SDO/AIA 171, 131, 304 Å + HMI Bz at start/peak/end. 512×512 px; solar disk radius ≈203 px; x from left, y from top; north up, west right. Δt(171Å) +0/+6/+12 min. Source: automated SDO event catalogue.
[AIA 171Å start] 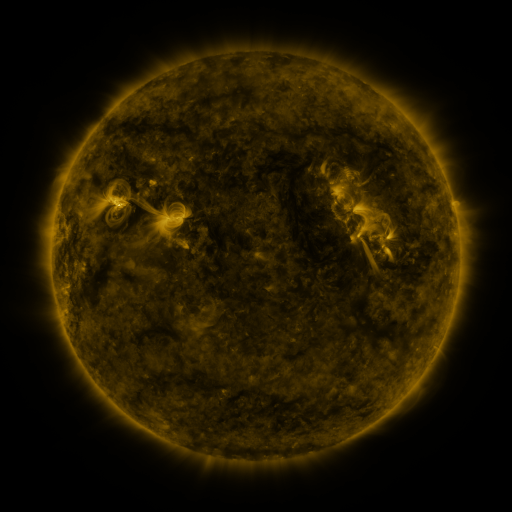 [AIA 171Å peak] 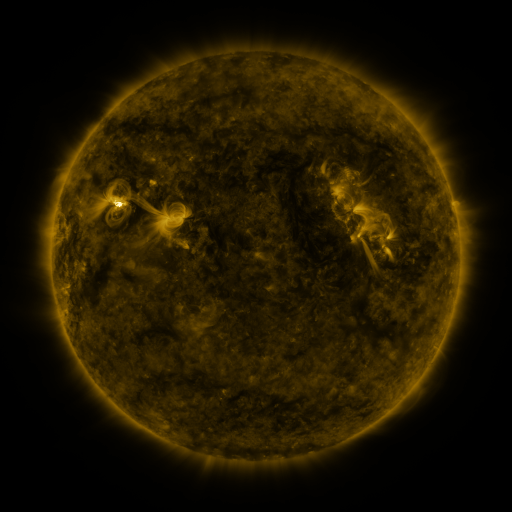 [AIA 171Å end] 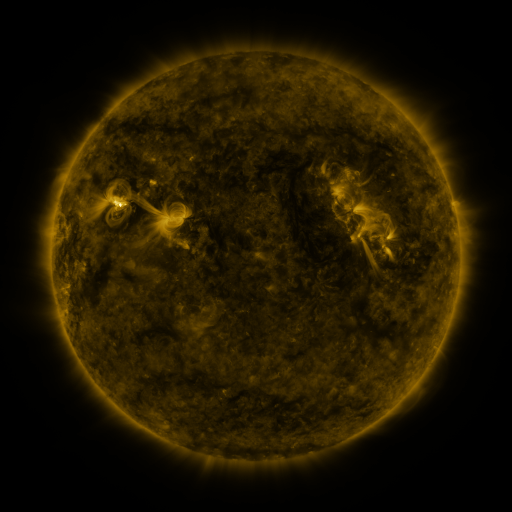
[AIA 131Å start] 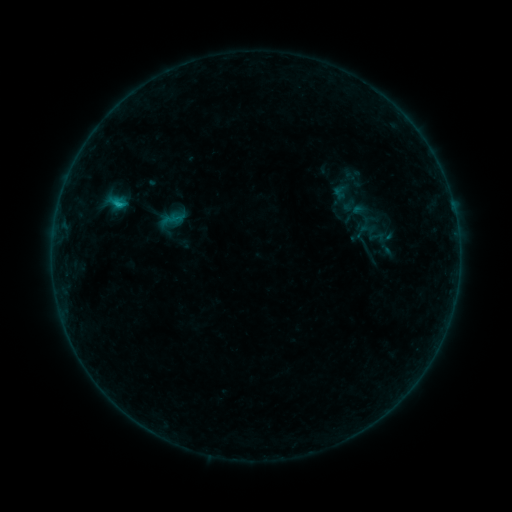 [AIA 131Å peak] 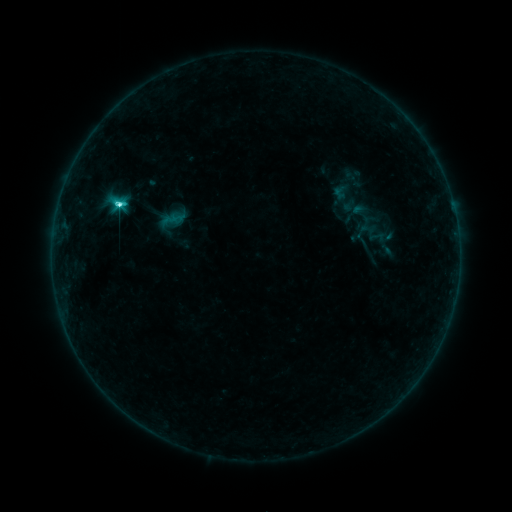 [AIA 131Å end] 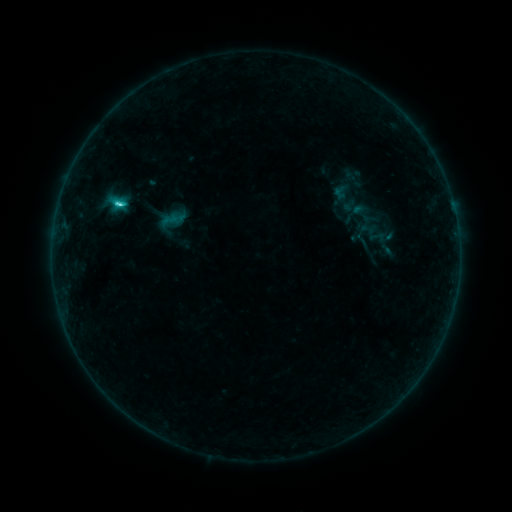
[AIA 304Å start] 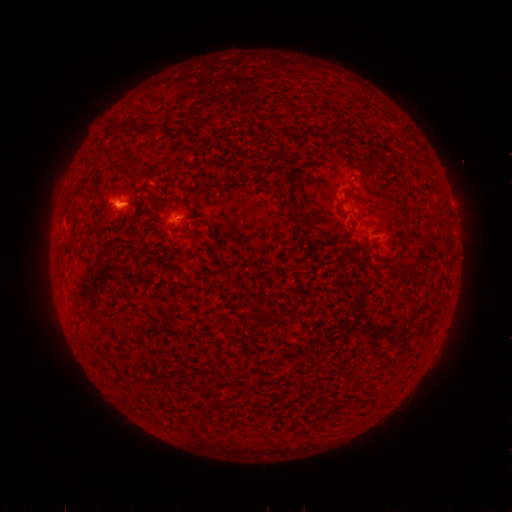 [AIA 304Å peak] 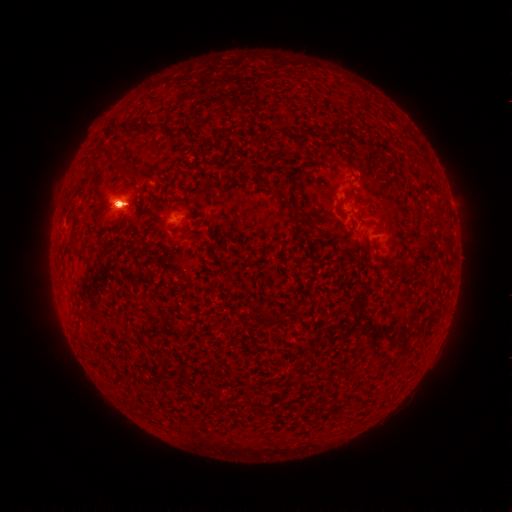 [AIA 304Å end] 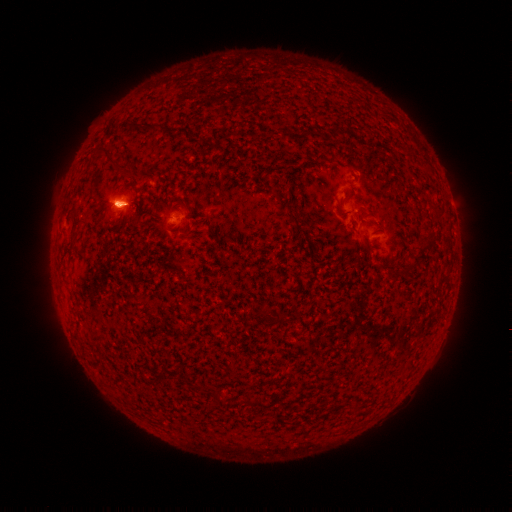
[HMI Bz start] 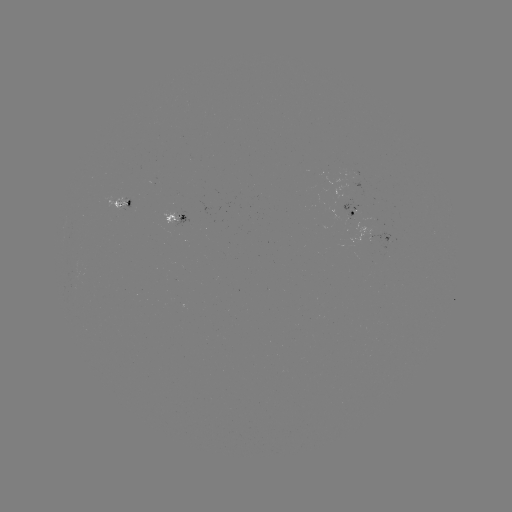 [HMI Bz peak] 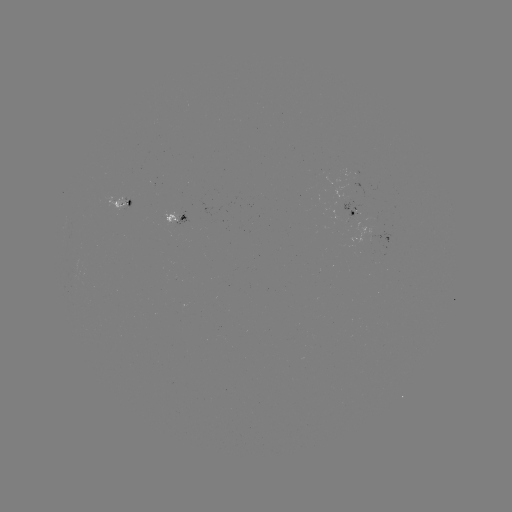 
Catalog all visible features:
C6.1 flare: (121, 207)
